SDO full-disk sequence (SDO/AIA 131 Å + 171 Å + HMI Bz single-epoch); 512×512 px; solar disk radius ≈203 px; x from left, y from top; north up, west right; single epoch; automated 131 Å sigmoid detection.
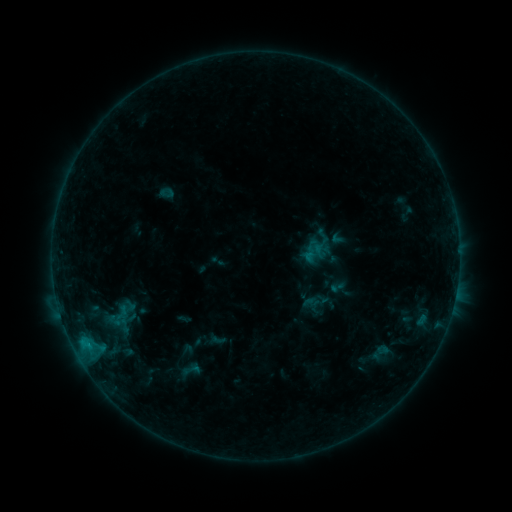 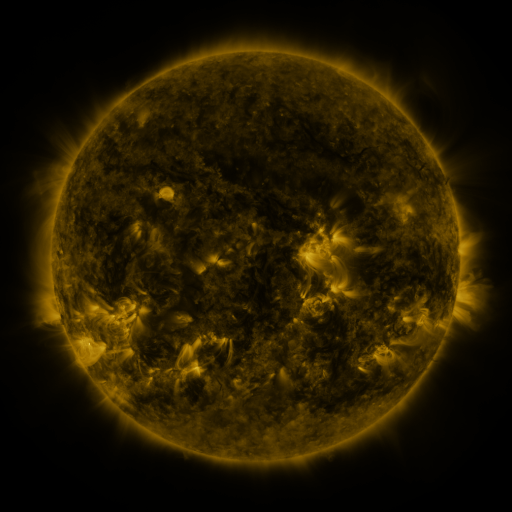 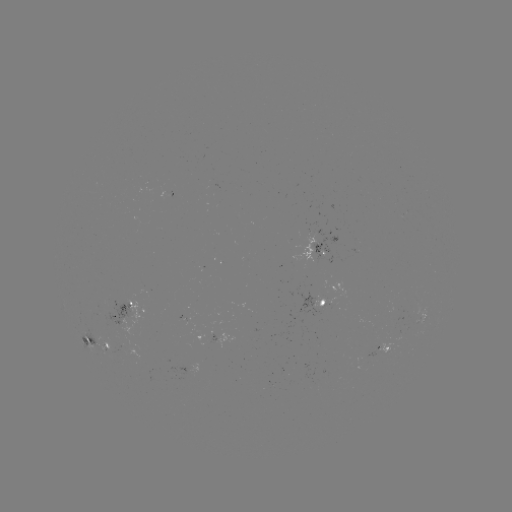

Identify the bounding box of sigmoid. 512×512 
[179, 360, 203, 379].